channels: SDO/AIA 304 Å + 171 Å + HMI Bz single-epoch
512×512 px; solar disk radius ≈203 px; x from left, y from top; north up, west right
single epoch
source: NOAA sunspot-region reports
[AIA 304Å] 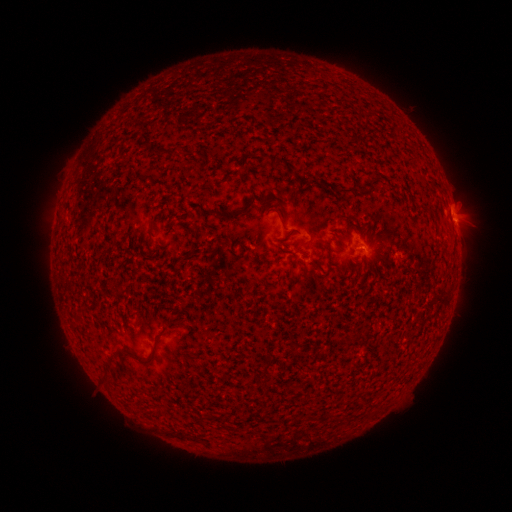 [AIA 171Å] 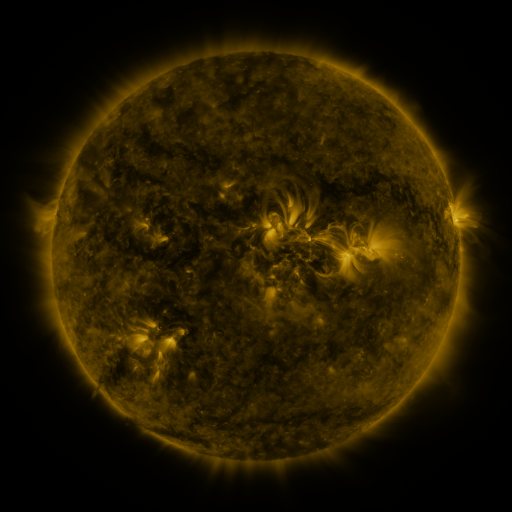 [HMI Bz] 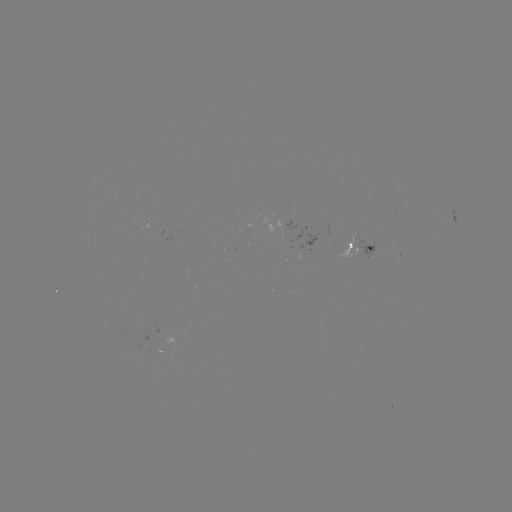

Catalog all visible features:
spotted active region: (457, 227)
spotted active region: (363, 255)
